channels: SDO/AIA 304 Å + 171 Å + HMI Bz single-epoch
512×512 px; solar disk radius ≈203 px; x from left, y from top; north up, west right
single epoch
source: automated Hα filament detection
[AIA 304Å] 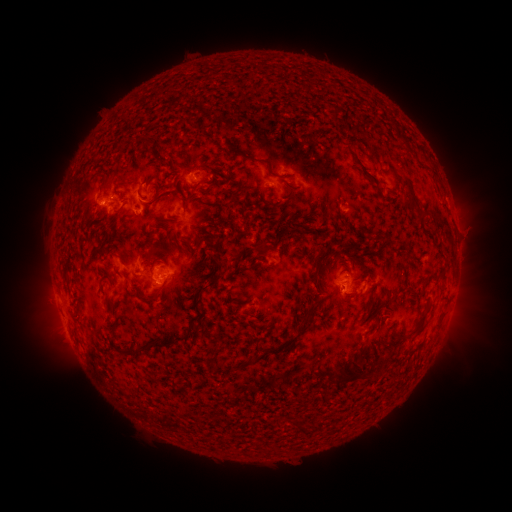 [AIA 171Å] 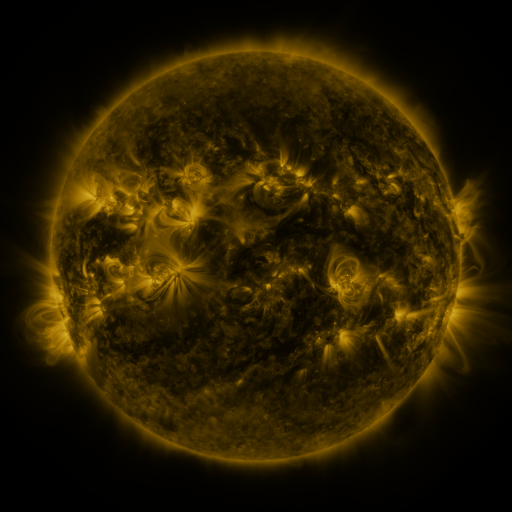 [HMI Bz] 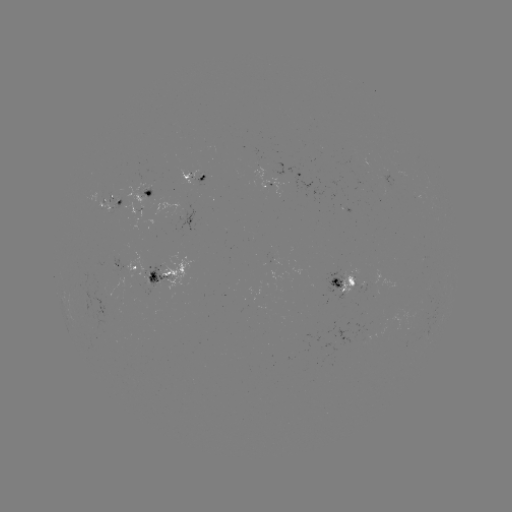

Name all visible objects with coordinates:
filament: <bbox>249, 127, 278, 140</bbox>
filament: <bbox>397, 134, 408, 144</bbox>
filament: <bbox>141, 140, 152, 152</bbox>
filament: <bbox>224, 147, 267, 166</bbox>
filament: <bbox>345, 147, 379, 187</bbox>
filament: <bbox>150, 156, 161, 165</bbox>
filament: <bbox>265, 169, 277, 178</bbox>
filament: <bbox>394, 171, 417, 206</bbox>
filament: <bbox>125, 182, 139, 188</bbox>
filament: <bbox>181, 239, 195, 262</bbox>
filament: <bbox>211, 239, 222, 254</bbox>
filament: <bbox>254, 240, 268, 258</bbox>
filament: <bbox>400, 248, 412, 259</bbox>
filament: <bbox>146, 250, 157, 286</bbox>
filament: <bbox>117, 256, 127, 268</bbox>
filament: <bbox>311, 256, 320, 285</bbox>
filament: <bbox>217, 260, 226, 272</bbox>
filament: <bbox>123, 272, 132, 282</bbox>
filament: <bbox>206, 278, 218, 288</bbox>
filament: <bbox>158, 282, 169, 294</bbox>
filament: <bbox>141, 297, 153, 306</bbox>
filament: <bbox>301, 297, 324, 329</bbox>
filament: <bbox>410, 308, 427, 334</bbox>
filament: <bbox>196, 310, 206, 320</bbox>
filament: <bbox>110, 325, 119, 337</bbox>
filament: <bbox>118, 332, 191, 361</bbox>
filament: <bbox>182, 340, 192, 353</bbox>
filament: <bbox>338, 356, 368, 383</bbox>
filament: <bbox>251, 357, 260, 365</bbox>
filament: <bbox>371, 363, 380, 373</bbox>
filament: <bbox>294, 417, 310, 432</bbox>
